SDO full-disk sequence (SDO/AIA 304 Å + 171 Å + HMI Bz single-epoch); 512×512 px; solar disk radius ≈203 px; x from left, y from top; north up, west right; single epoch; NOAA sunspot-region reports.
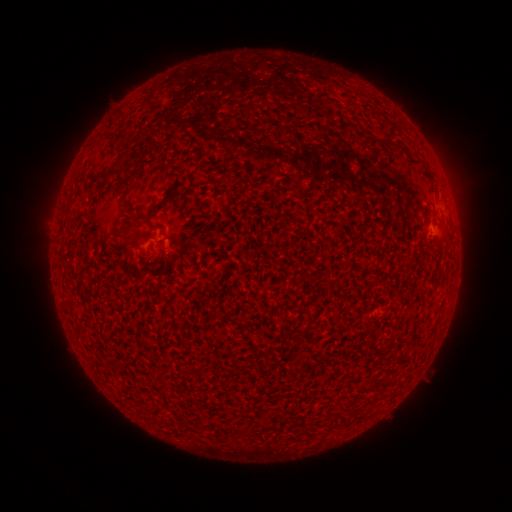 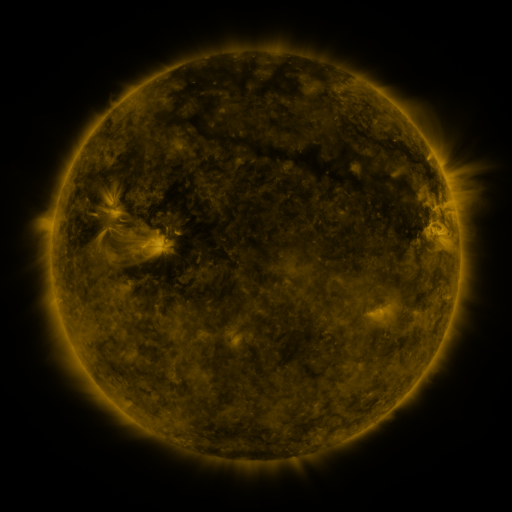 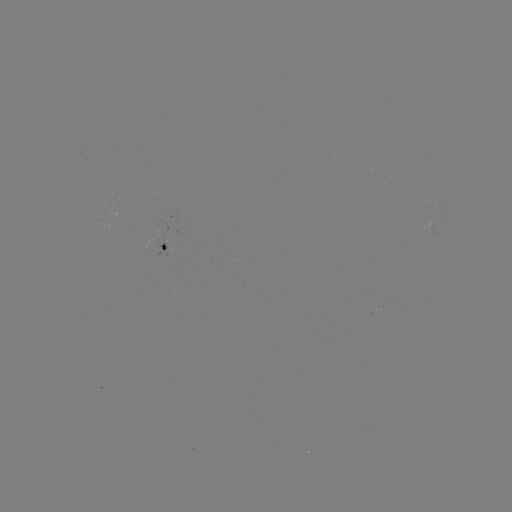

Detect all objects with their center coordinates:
spotted active region: (167, 247)
